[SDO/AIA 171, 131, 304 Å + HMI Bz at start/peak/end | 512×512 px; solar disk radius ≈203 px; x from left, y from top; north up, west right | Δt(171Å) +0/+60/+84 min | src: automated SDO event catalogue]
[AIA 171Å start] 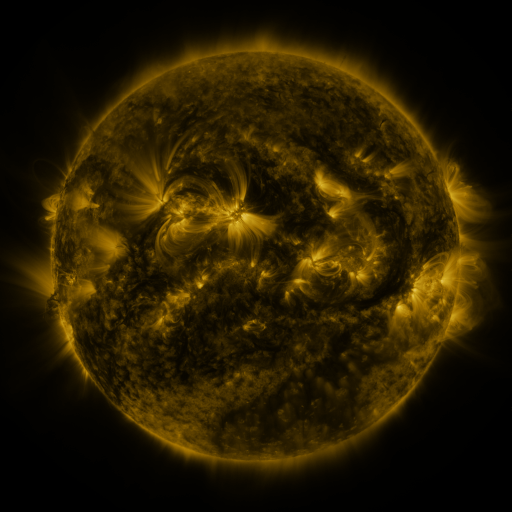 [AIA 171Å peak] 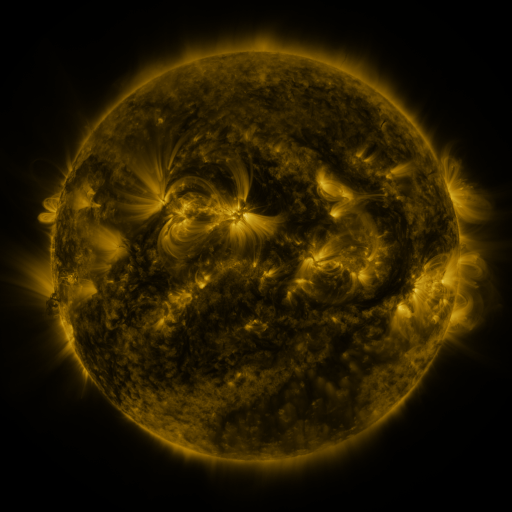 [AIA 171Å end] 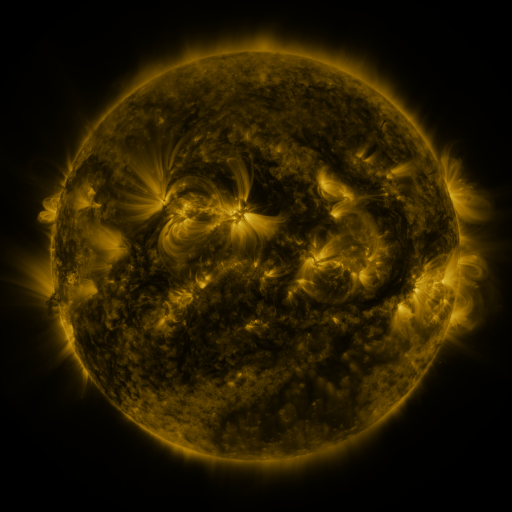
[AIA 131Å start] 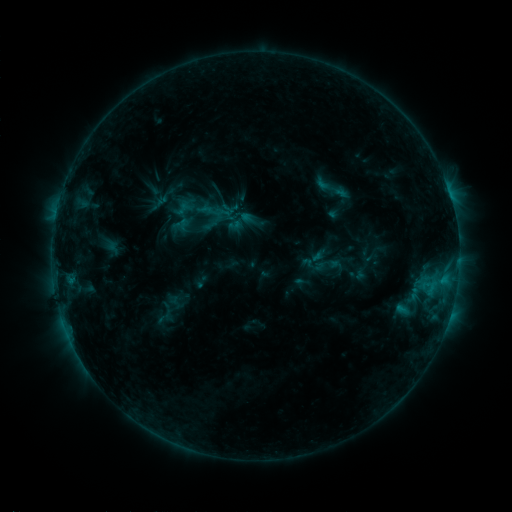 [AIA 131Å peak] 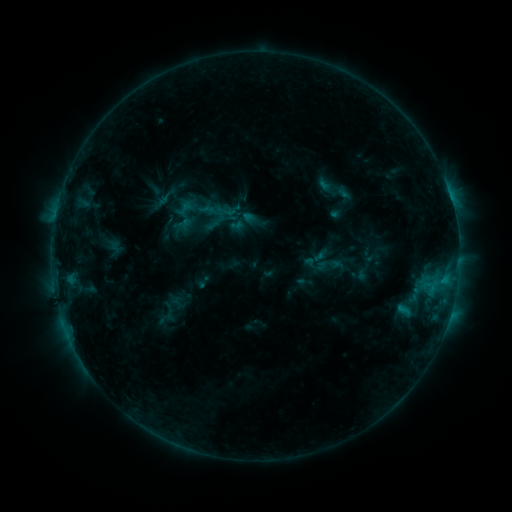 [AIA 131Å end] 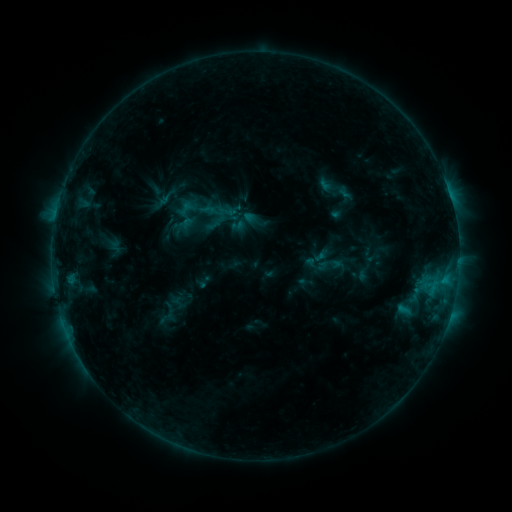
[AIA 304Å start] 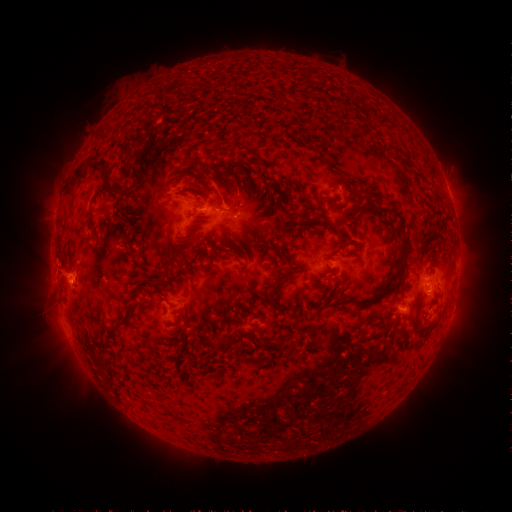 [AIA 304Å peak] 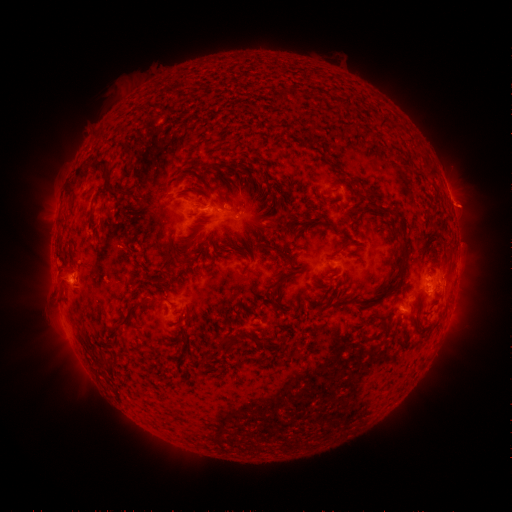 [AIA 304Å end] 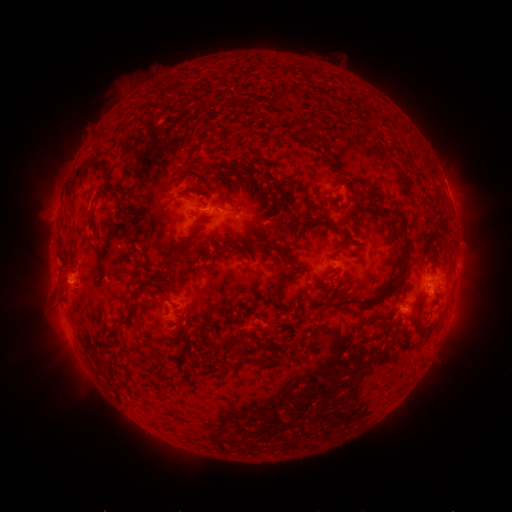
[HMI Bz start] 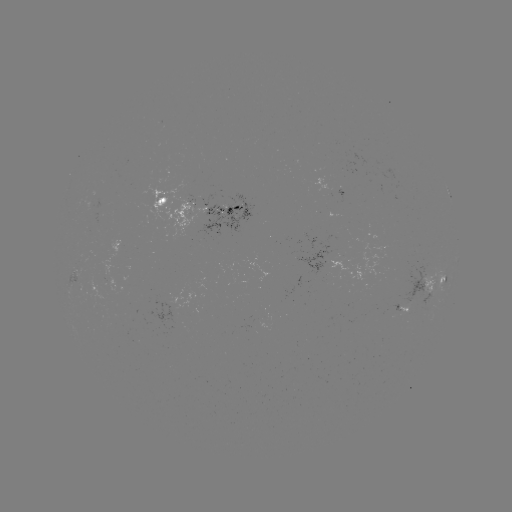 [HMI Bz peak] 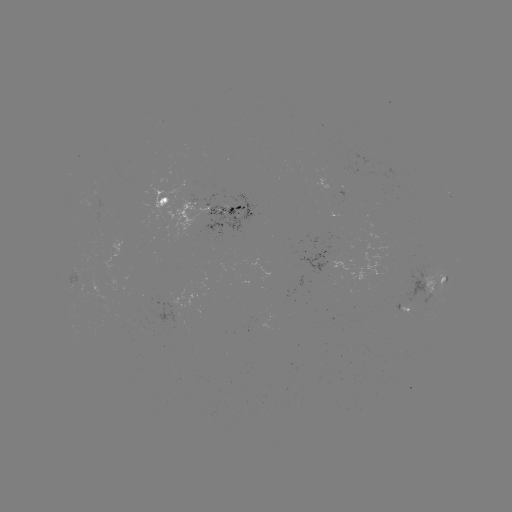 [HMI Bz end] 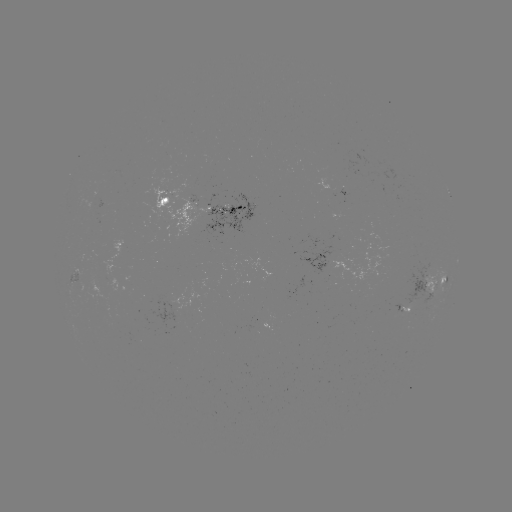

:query emerging-flux region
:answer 338,192